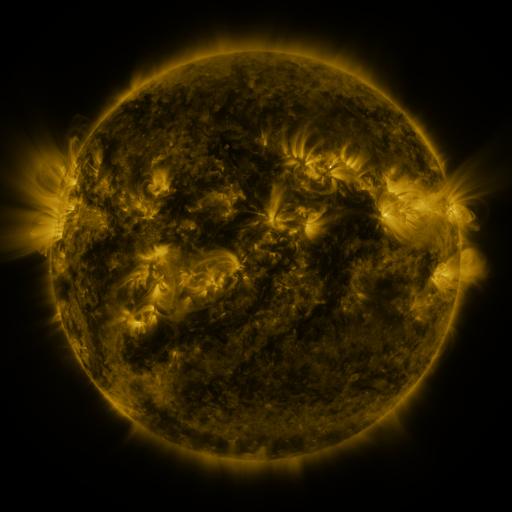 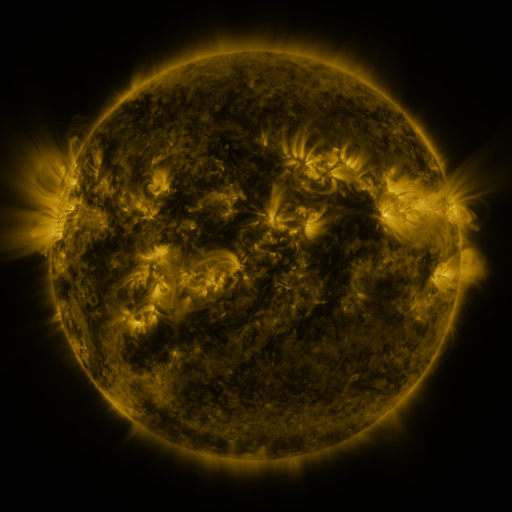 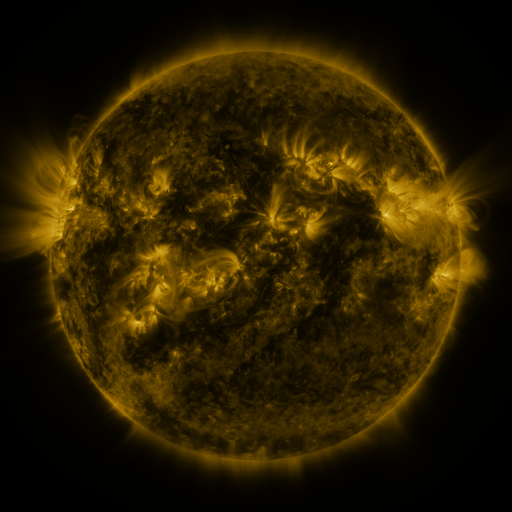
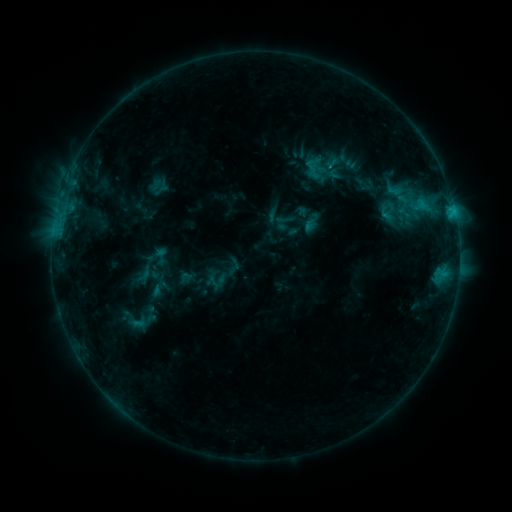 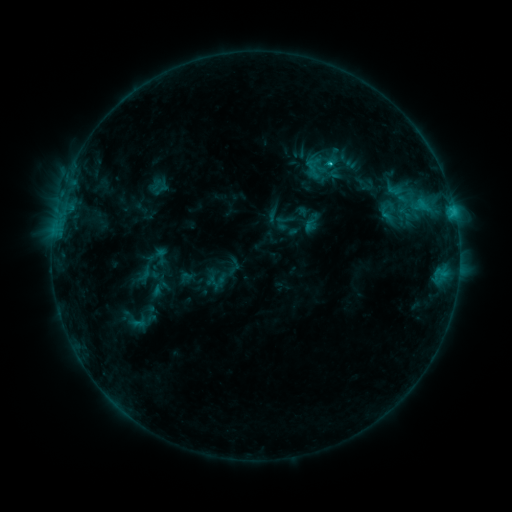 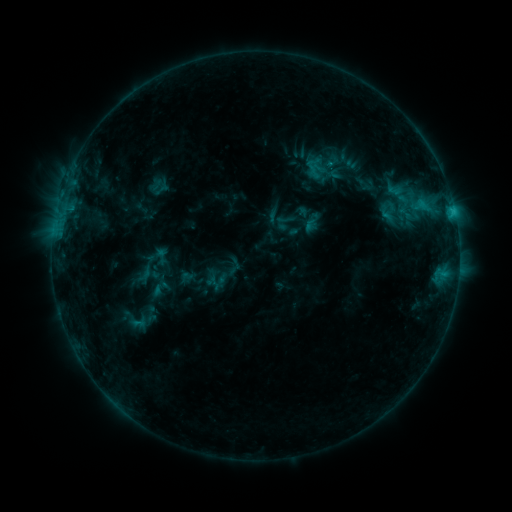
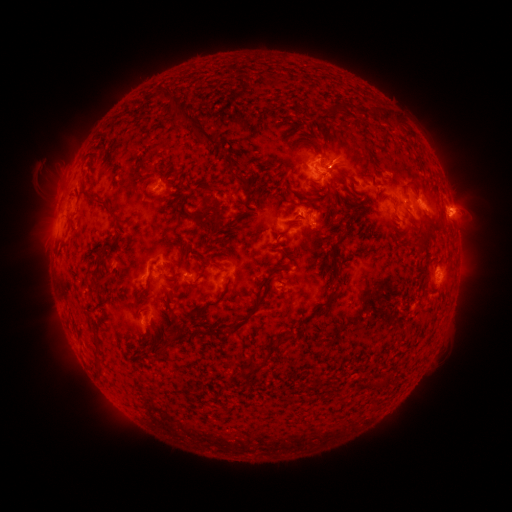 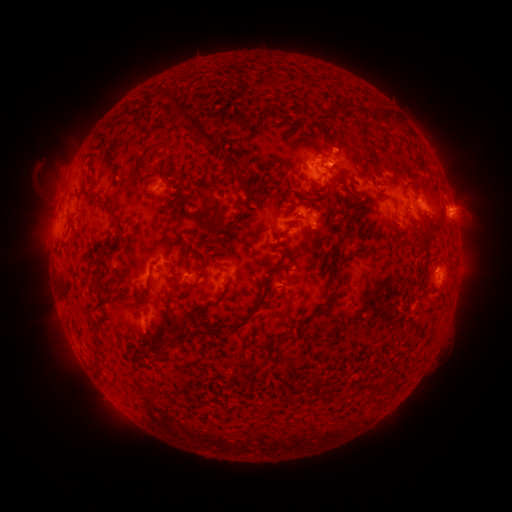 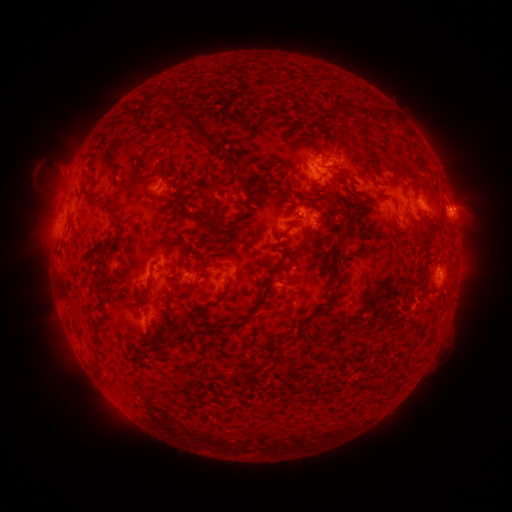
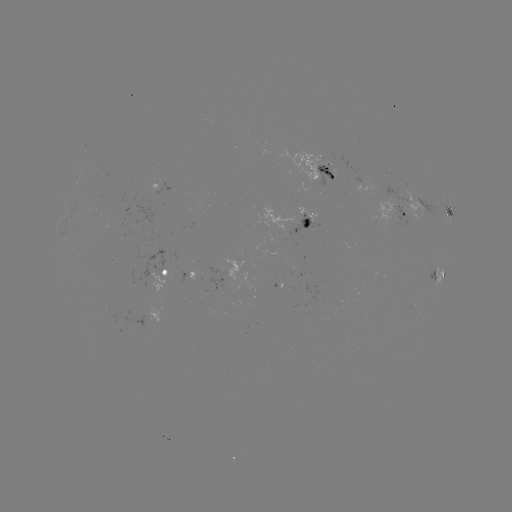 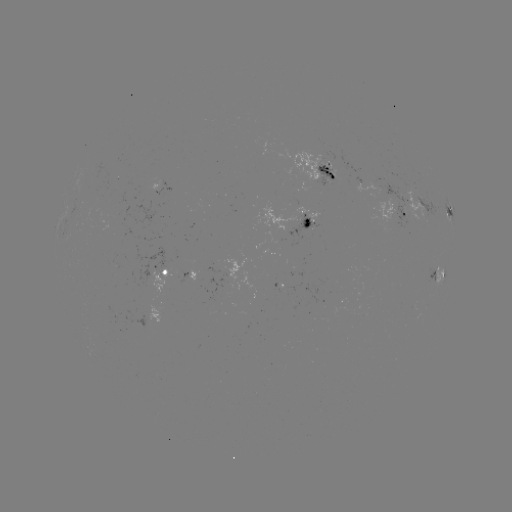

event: flare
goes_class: C1.1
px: (329, 164)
